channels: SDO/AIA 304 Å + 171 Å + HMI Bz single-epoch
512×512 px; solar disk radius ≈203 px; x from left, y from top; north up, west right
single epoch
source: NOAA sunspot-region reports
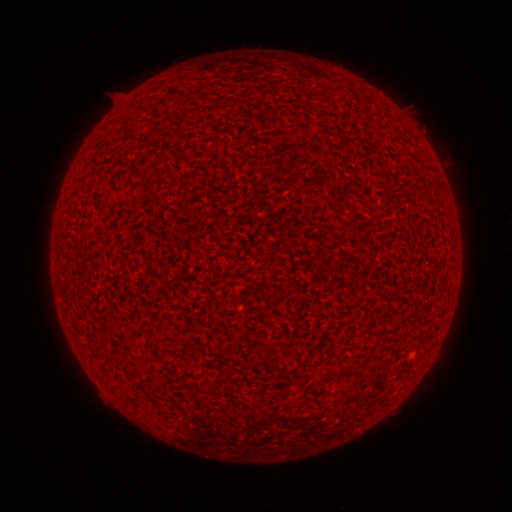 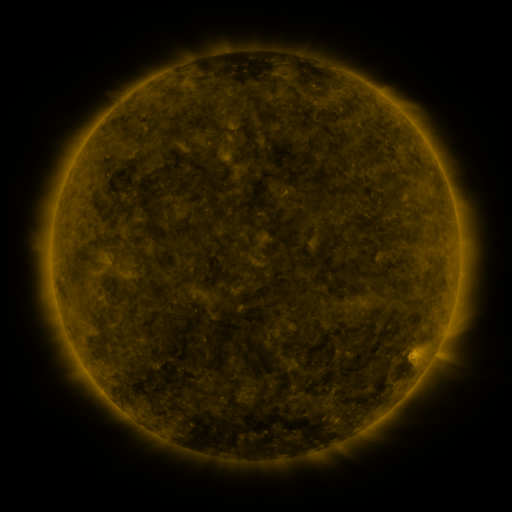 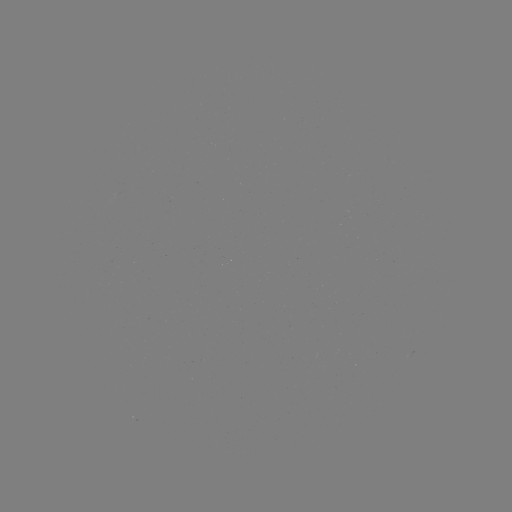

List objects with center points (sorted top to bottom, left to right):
(none)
